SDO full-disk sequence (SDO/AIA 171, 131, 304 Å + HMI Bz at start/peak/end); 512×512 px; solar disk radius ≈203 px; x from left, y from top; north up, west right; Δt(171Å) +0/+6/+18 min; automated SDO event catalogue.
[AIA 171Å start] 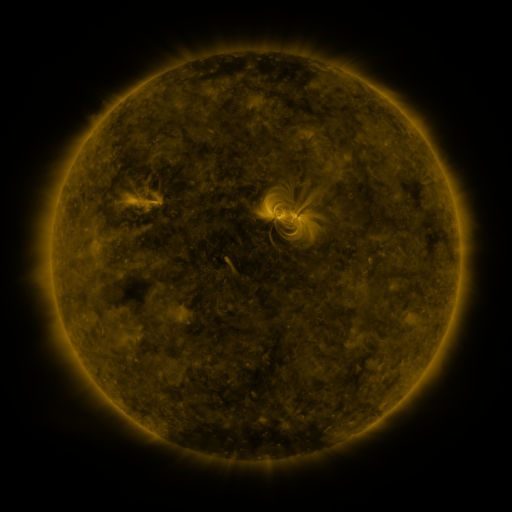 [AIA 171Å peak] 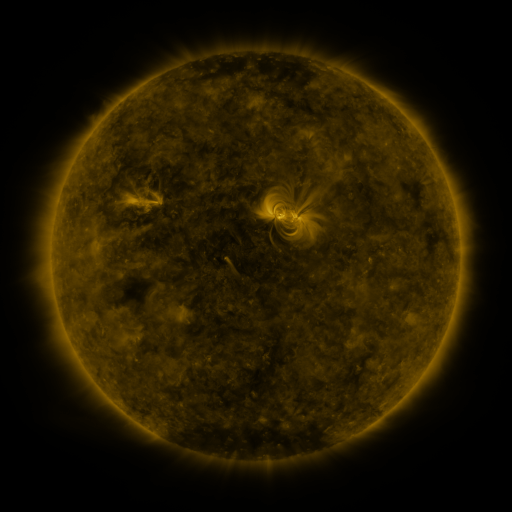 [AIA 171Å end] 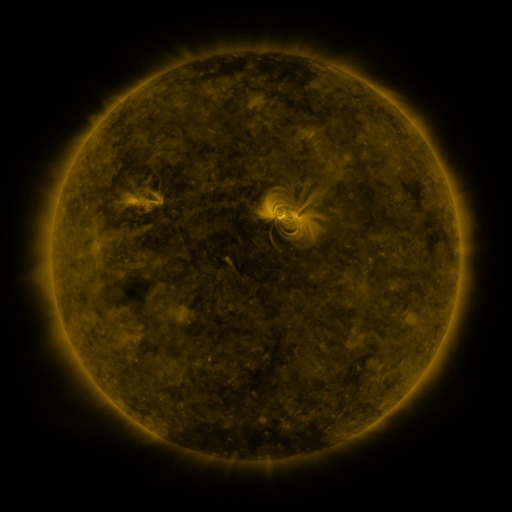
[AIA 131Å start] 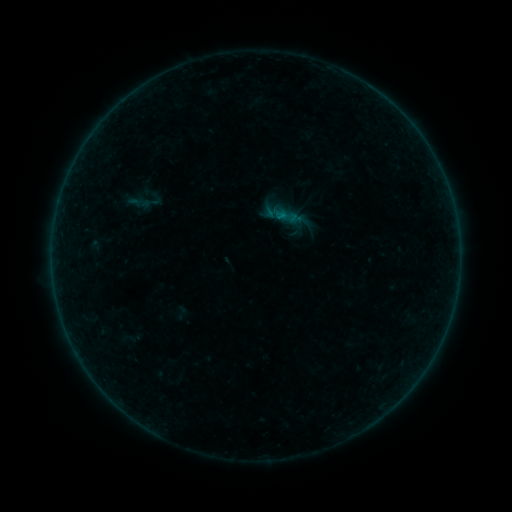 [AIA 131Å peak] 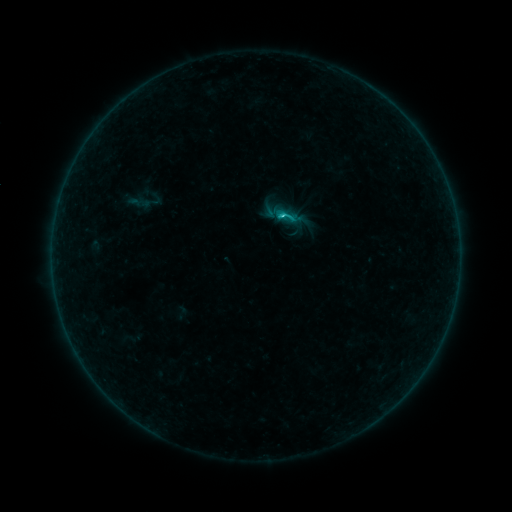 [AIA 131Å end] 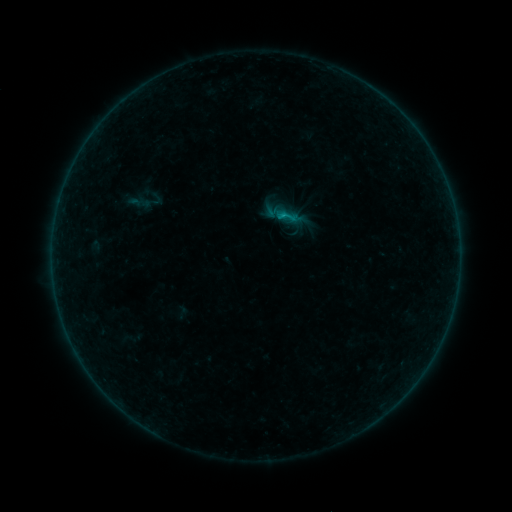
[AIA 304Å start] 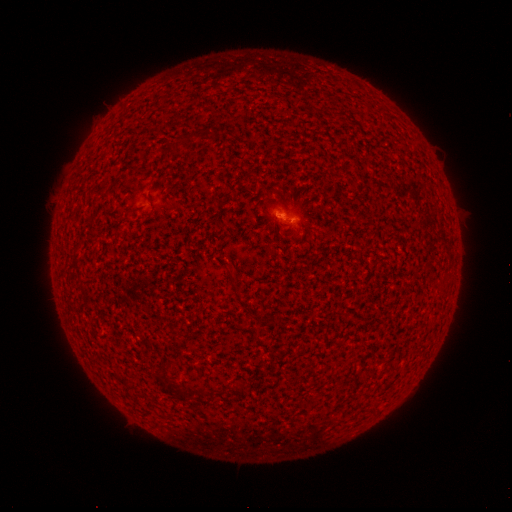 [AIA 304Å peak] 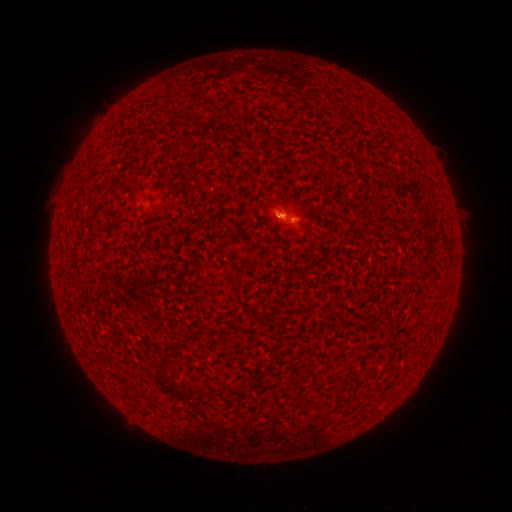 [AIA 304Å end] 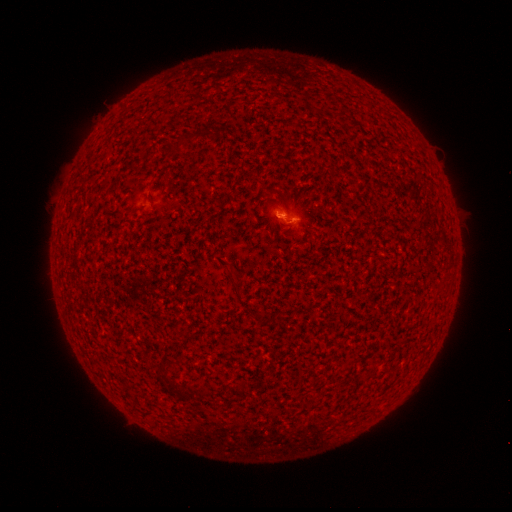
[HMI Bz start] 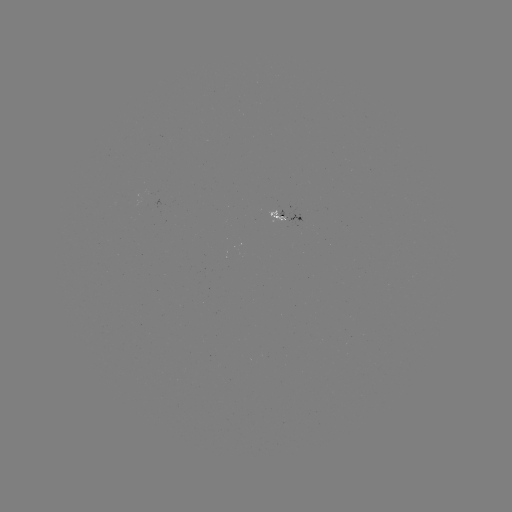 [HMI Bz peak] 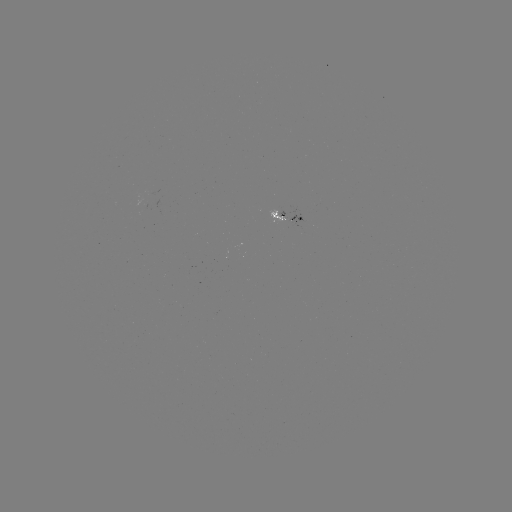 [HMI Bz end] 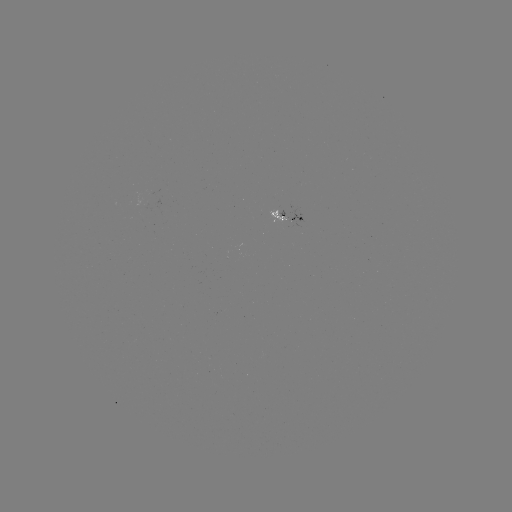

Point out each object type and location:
B6.9 flare: (280, 219)
